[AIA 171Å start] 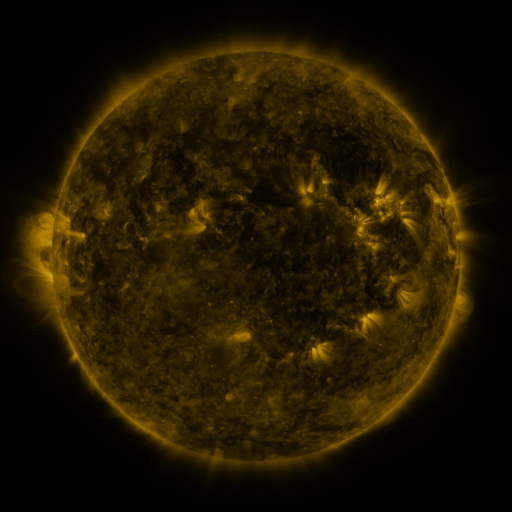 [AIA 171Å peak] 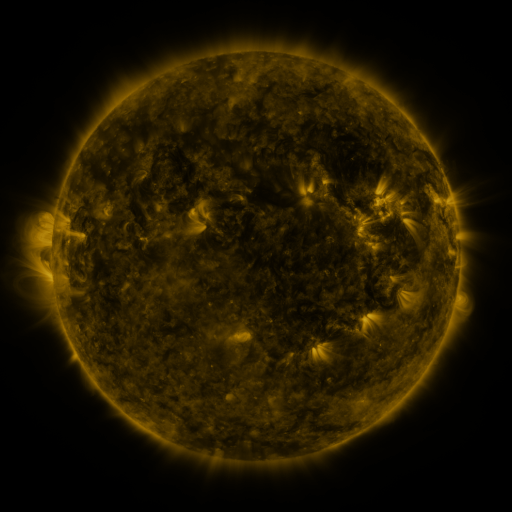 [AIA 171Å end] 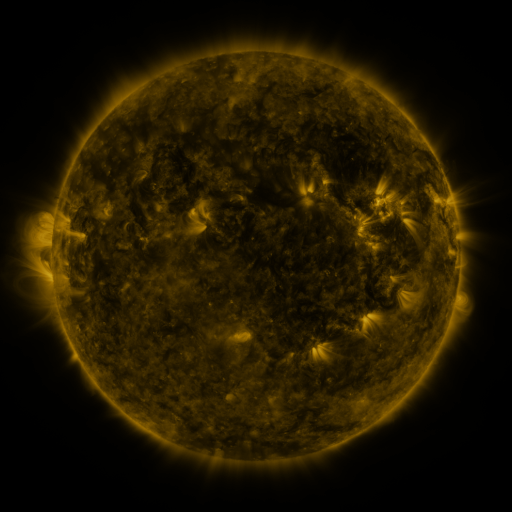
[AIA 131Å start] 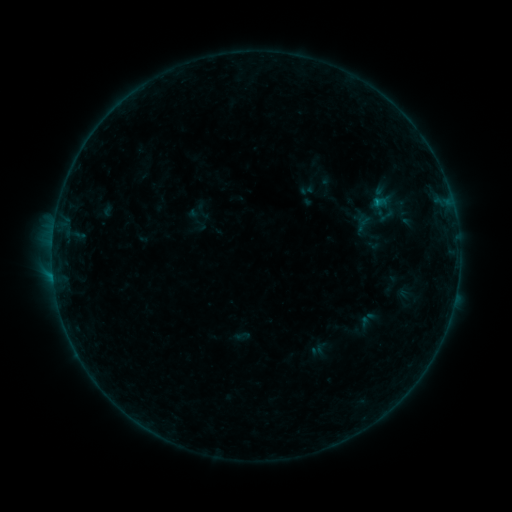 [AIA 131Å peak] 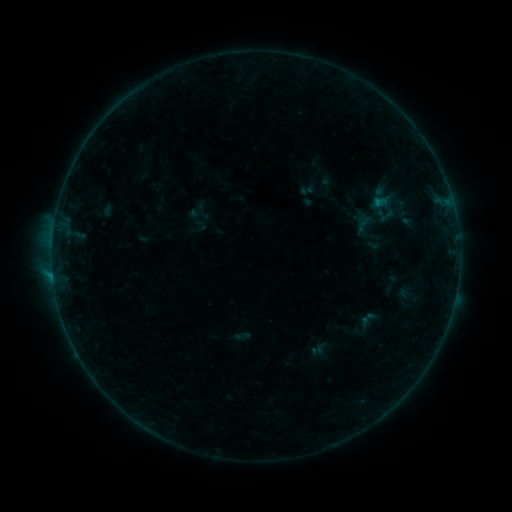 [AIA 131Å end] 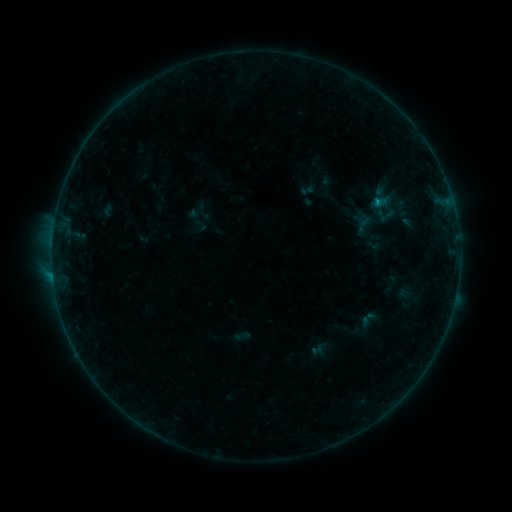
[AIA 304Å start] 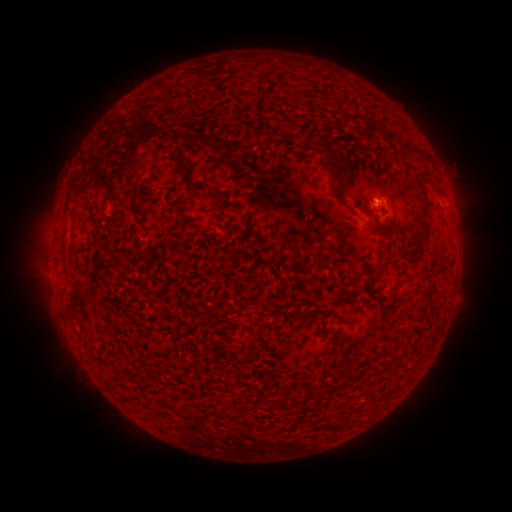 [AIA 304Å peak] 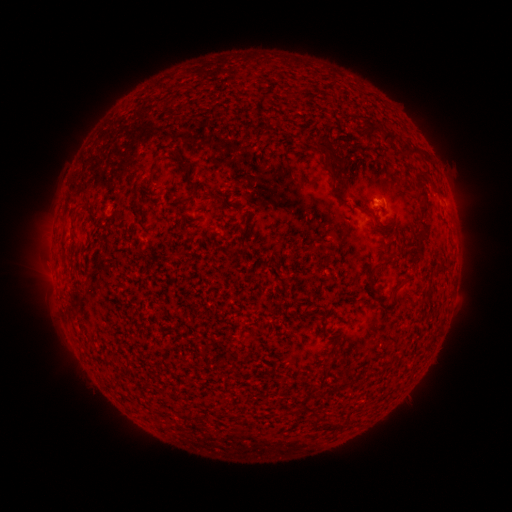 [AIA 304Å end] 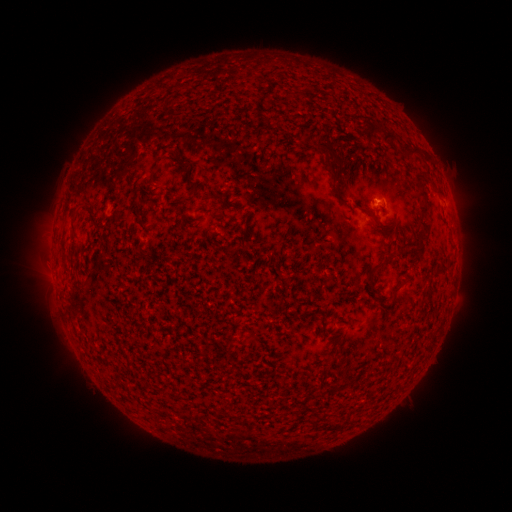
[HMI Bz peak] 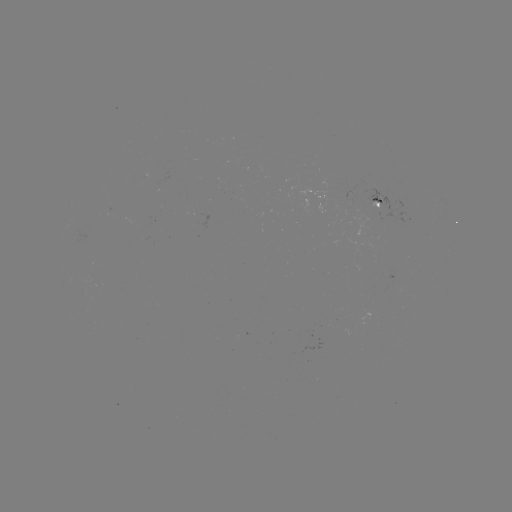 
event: flare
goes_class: B3.5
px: (377, 204)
